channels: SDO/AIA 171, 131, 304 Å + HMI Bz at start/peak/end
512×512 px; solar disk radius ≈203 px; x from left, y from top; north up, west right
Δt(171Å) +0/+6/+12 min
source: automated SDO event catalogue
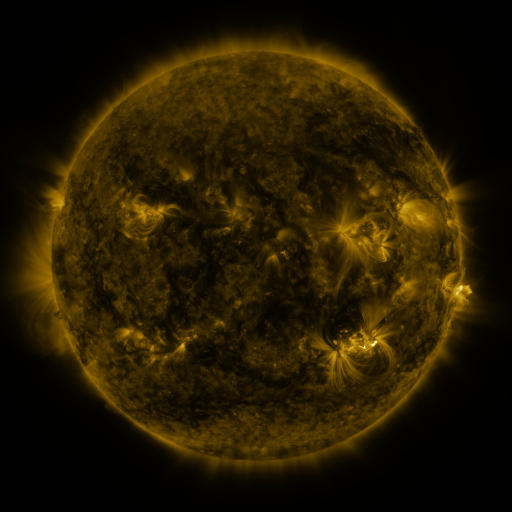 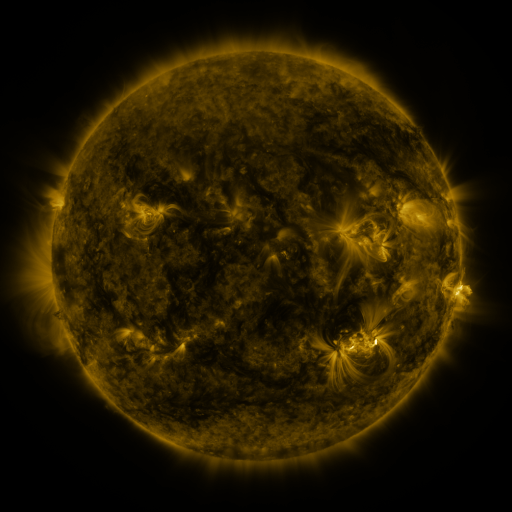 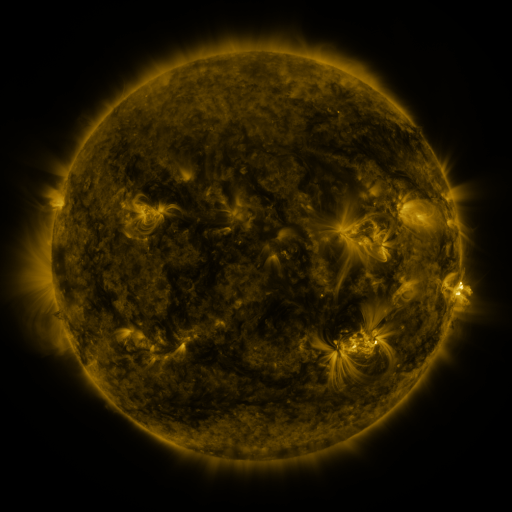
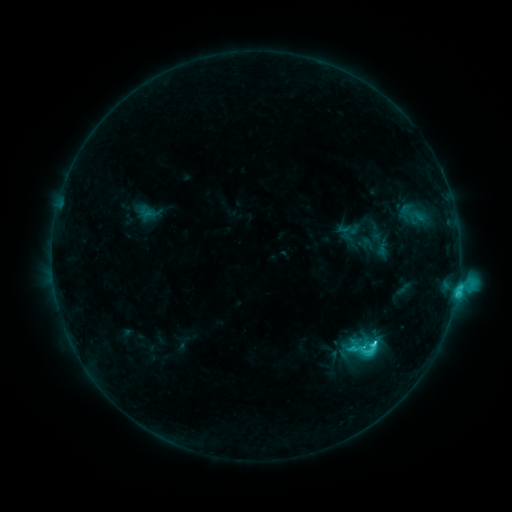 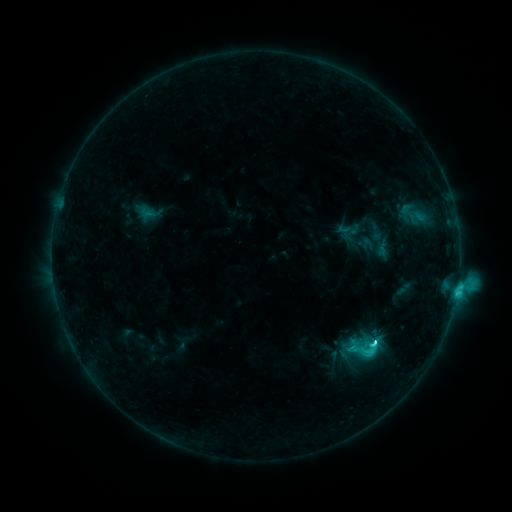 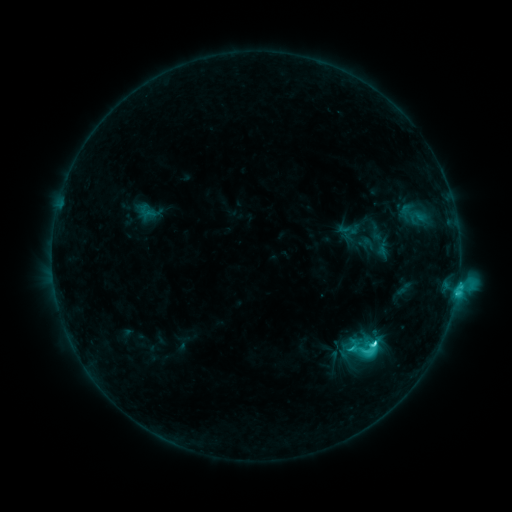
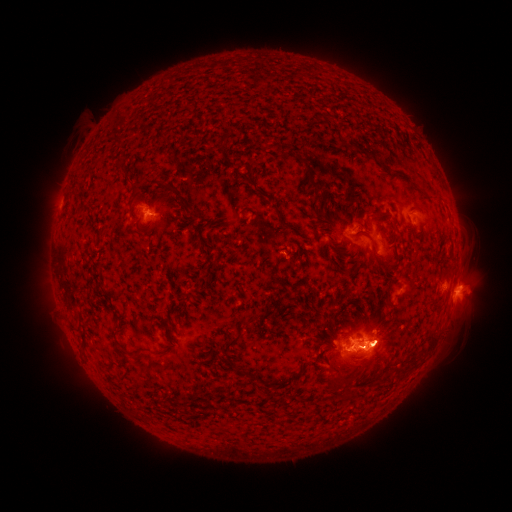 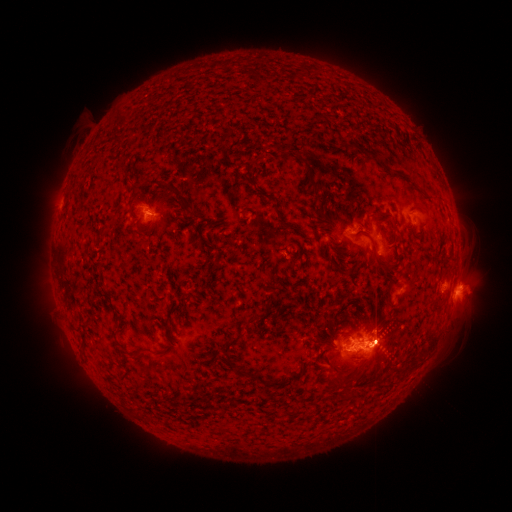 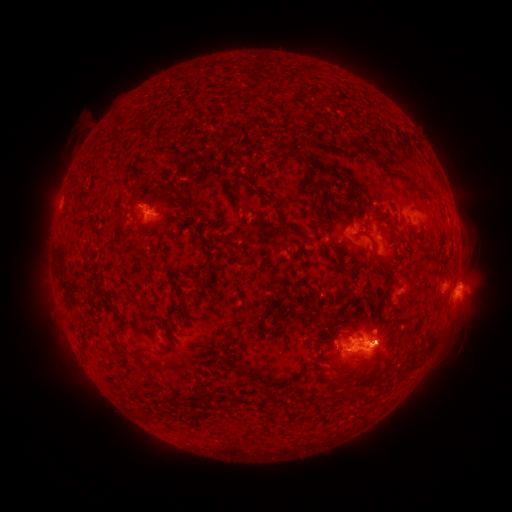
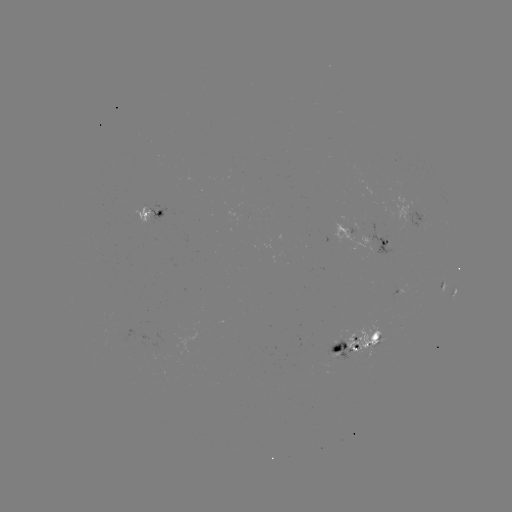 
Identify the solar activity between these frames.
C8.6 flare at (371, 340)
